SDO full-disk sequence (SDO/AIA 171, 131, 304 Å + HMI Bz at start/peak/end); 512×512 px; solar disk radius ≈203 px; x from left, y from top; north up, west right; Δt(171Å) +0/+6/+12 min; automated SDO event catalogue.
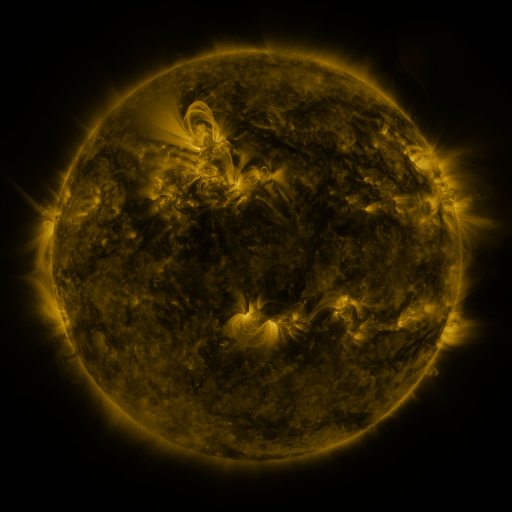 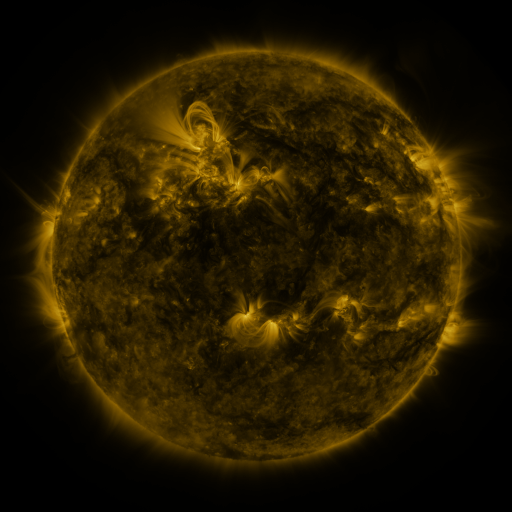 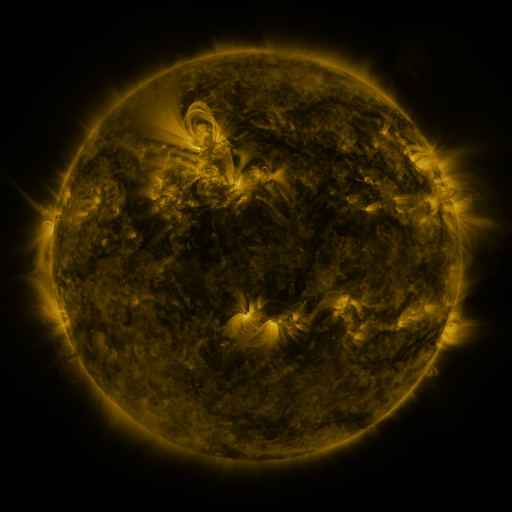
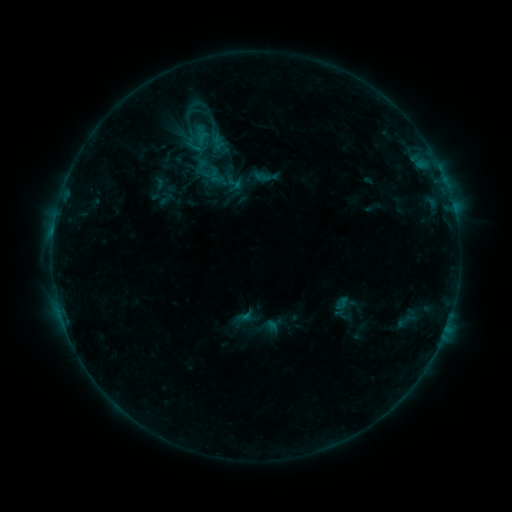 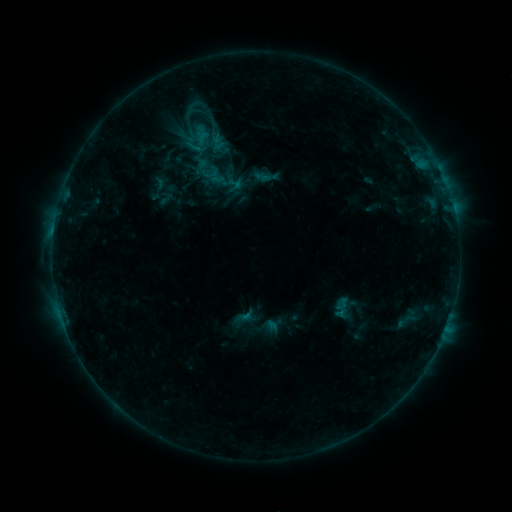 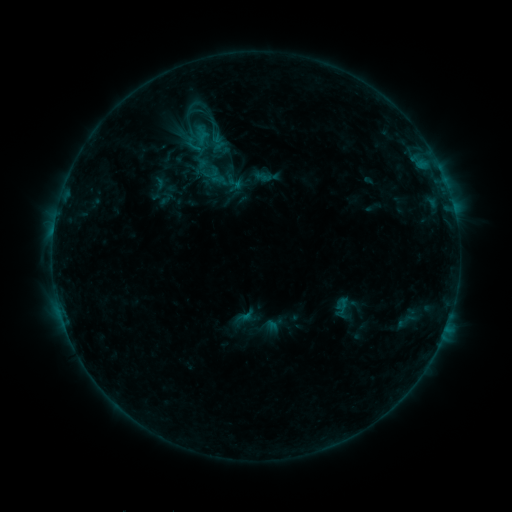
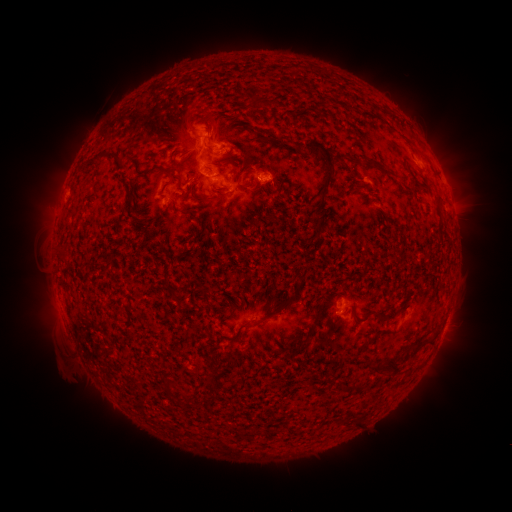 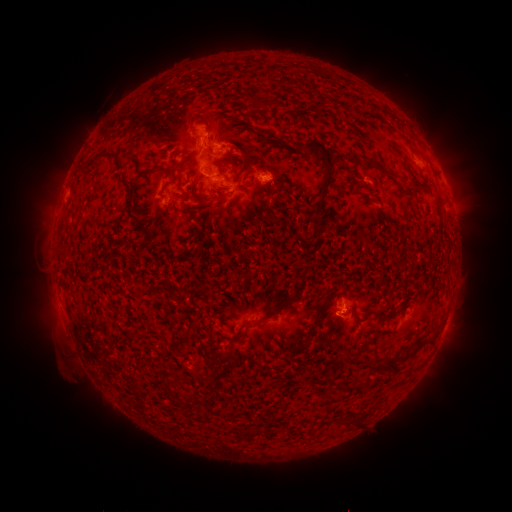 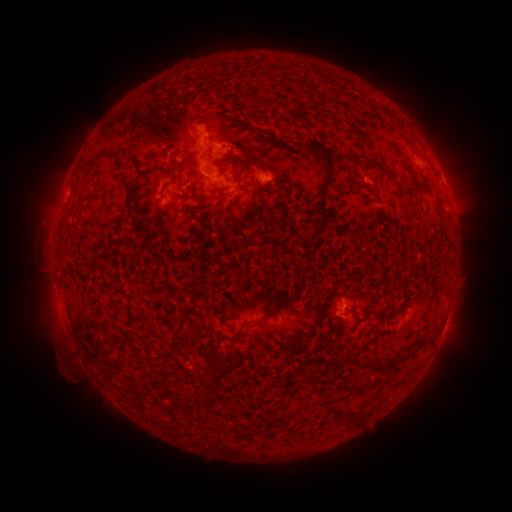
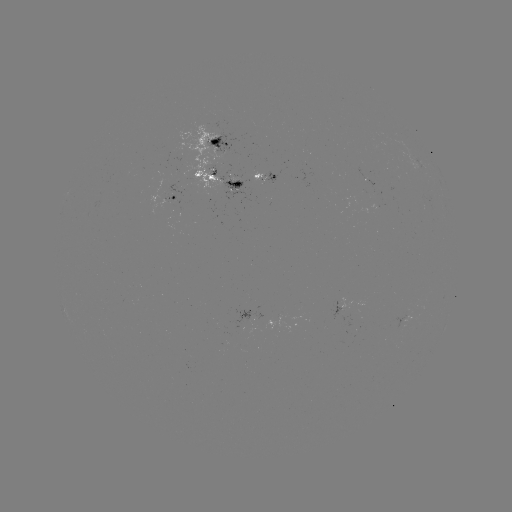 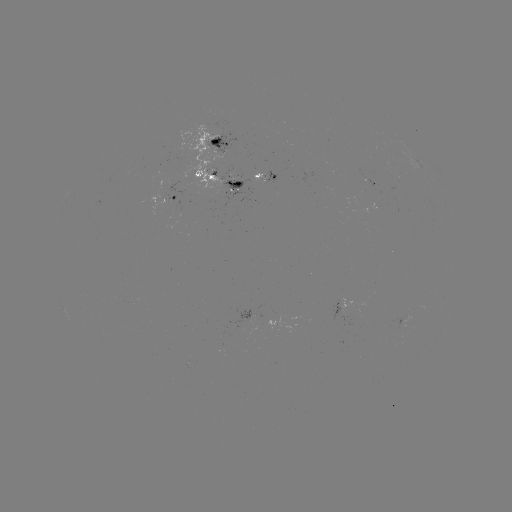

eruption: (326, 291, 369, 340)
